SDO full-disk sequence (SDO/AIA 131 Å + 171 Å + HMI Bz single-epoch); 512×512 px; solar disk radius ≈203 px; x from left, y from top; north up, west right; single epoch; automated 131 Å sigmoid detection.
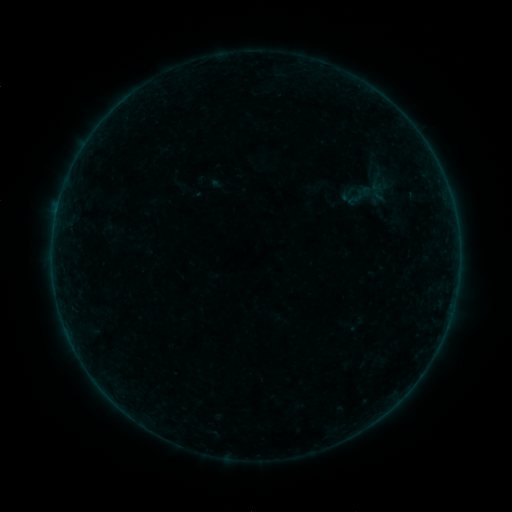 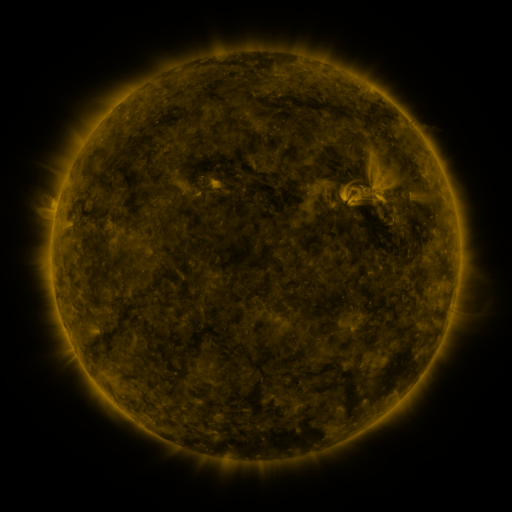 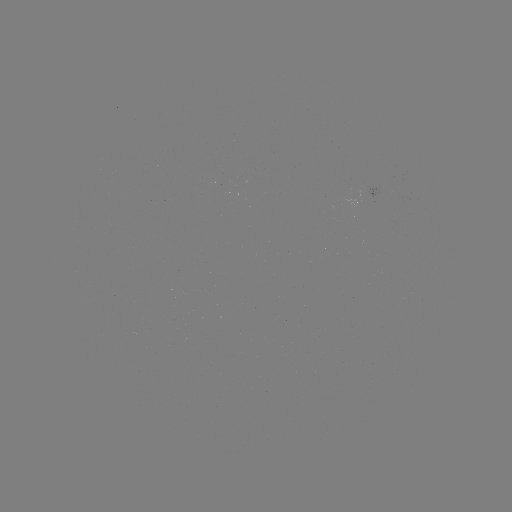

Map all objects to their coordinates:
sigmoid: (356, 198)
